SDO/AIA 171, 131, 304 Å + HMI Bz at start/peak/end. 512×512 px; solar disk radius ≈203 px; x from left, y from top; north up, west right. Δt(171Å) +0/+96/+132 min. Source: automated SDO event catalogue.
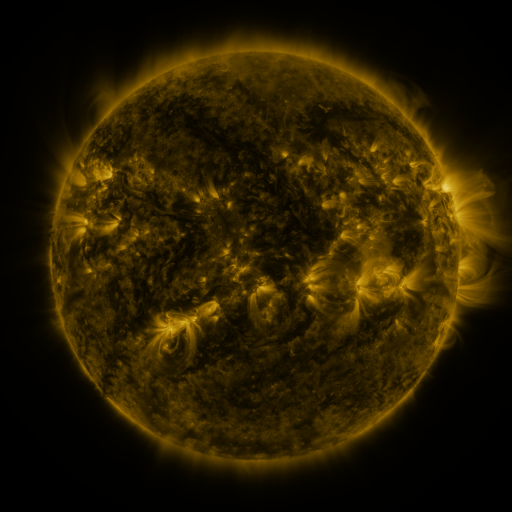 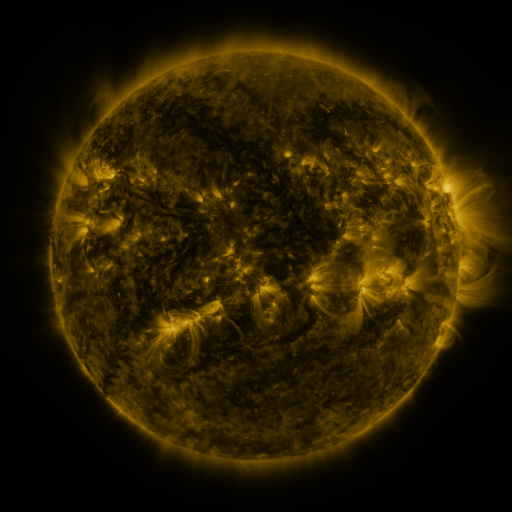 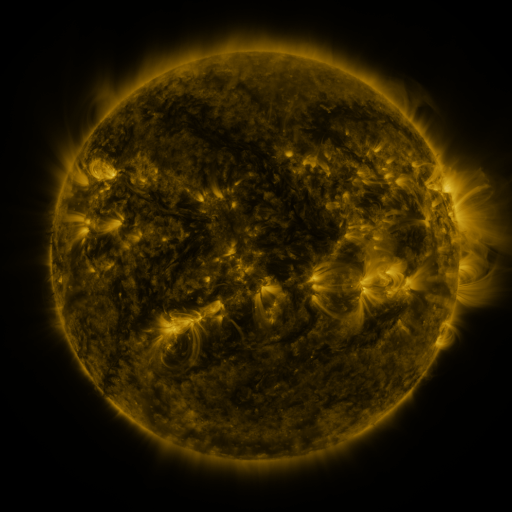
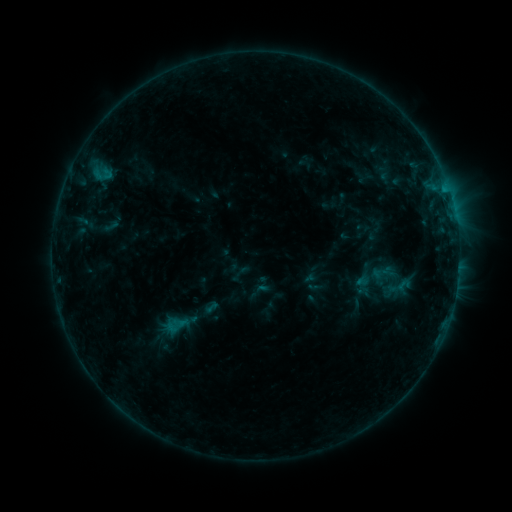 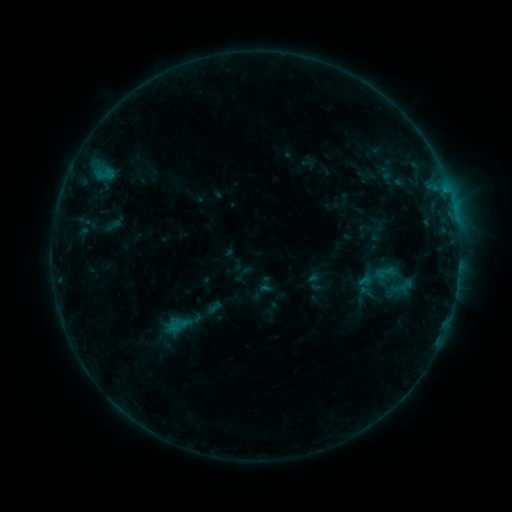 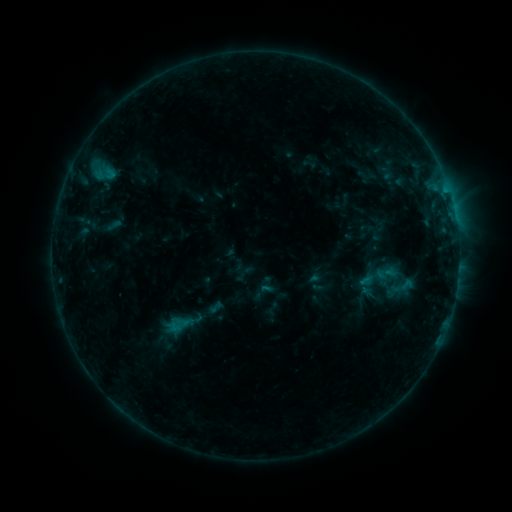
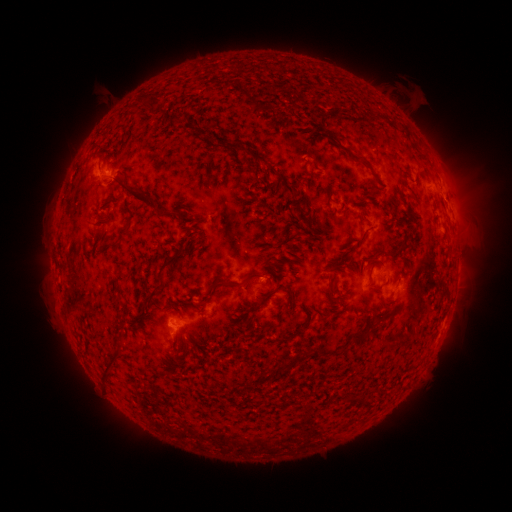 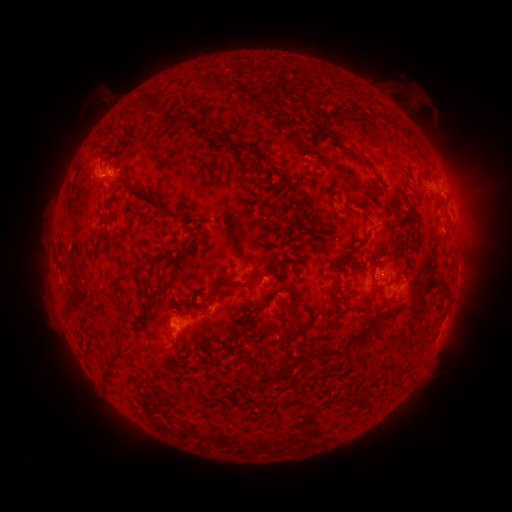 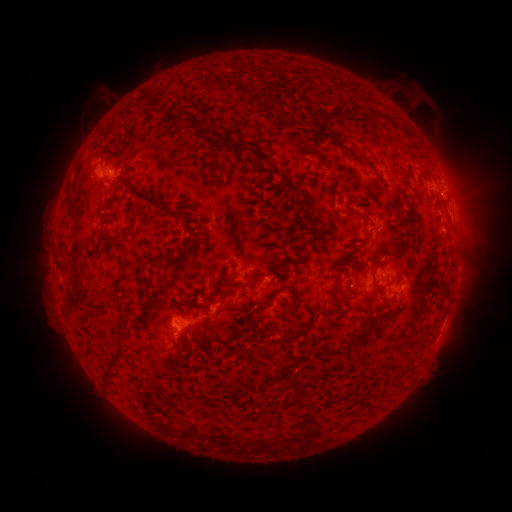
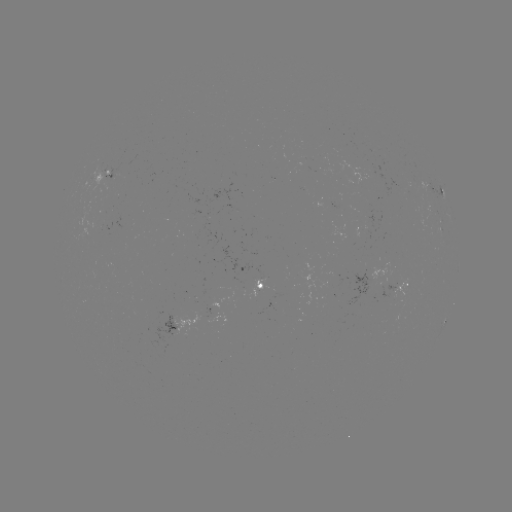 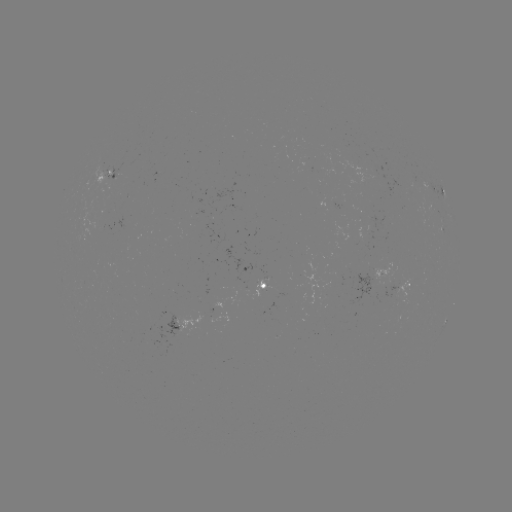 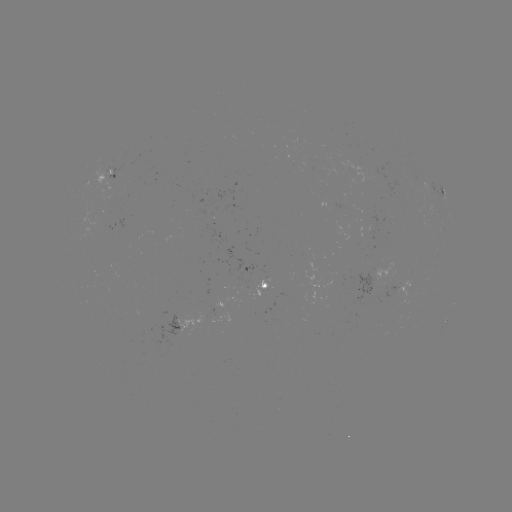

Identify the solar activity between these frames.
emerging-flux region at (195, 214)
